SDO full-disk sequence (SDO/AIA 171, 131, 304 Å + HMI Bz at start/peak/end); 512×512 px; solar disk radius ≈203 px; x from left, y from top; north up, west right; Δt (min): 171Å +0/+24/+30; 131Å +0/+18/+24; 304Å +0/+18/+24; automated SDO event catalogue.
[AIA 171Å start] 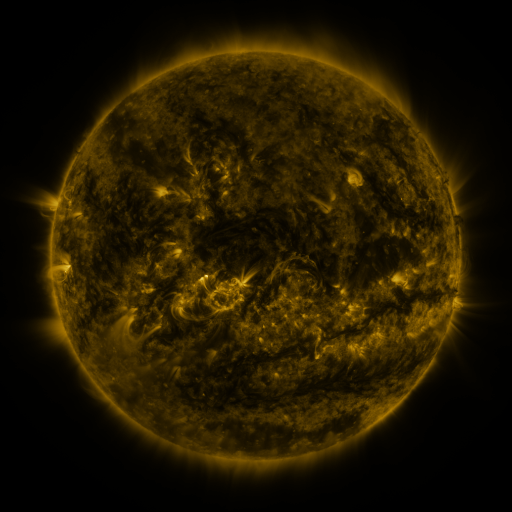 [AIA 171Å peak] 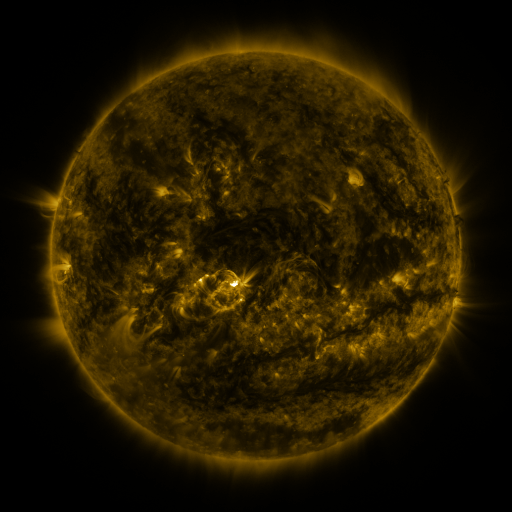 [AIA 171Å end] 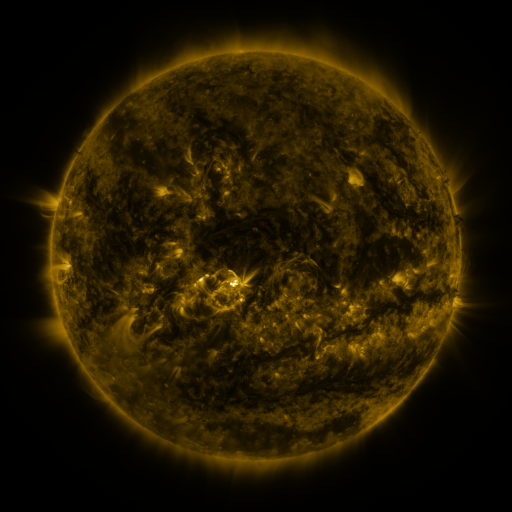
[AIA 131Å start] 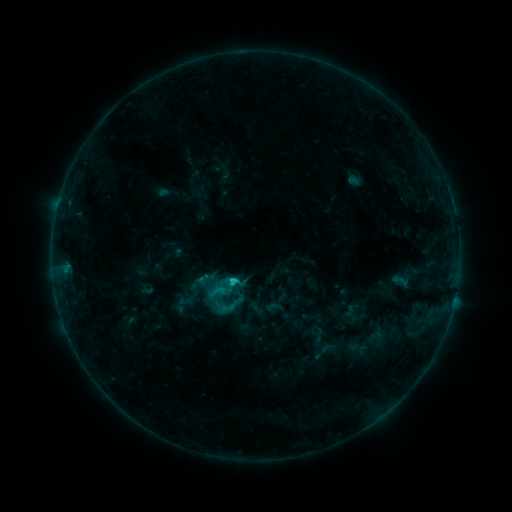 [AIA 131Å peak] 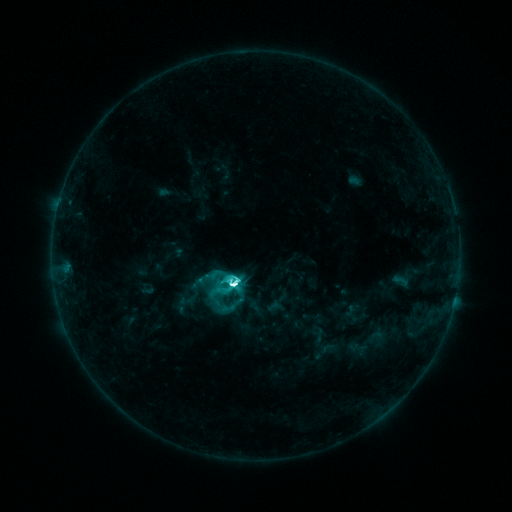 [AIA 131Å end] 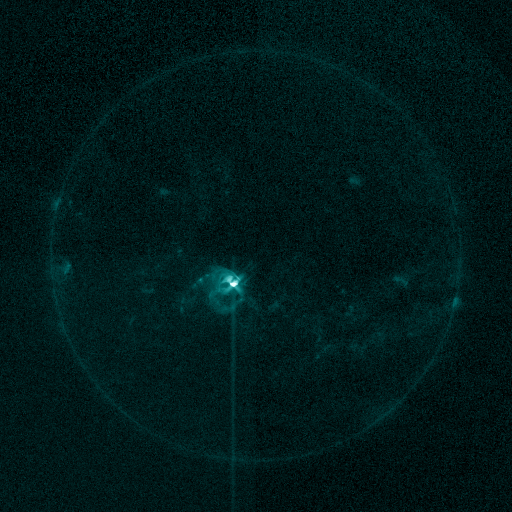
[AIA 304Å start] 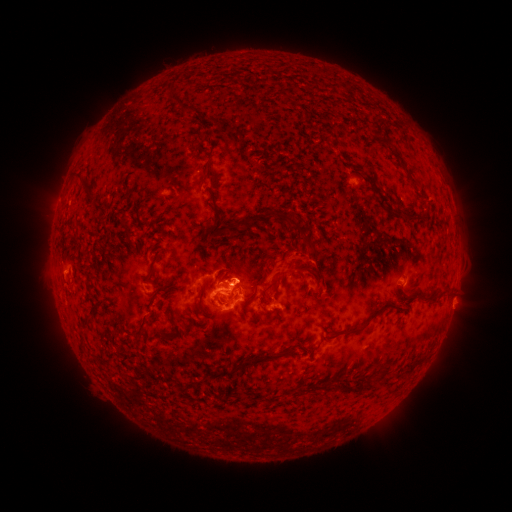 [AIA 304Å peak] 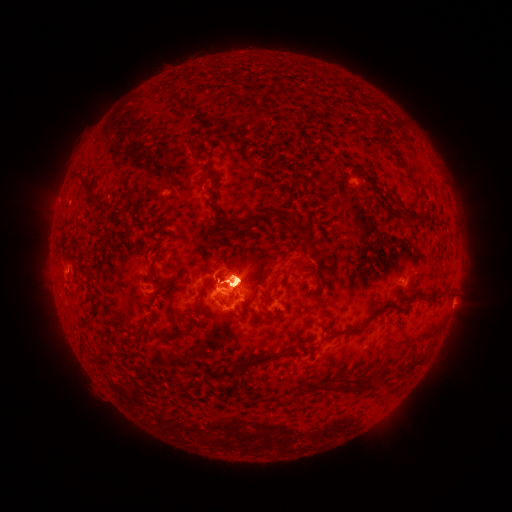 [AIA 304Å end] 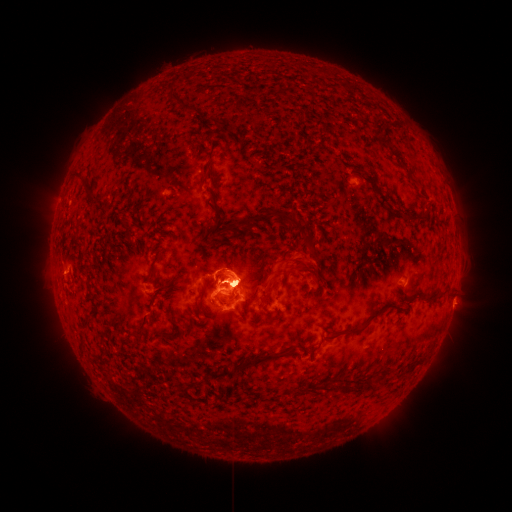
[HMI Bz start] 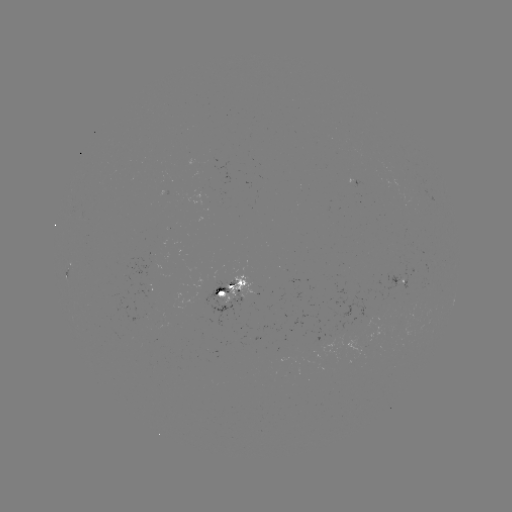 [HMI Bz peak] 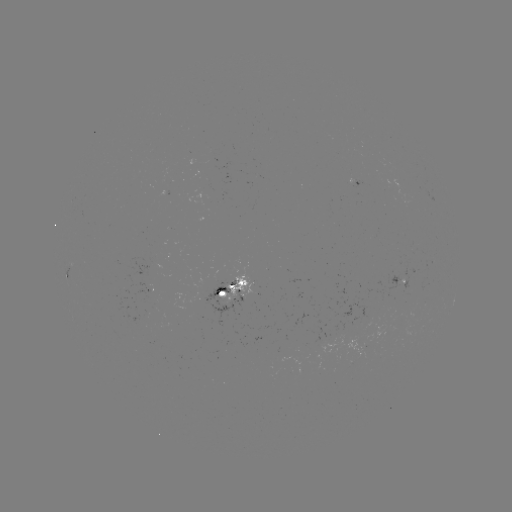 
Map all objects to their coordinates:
M4.2 flare: (235, 283)
